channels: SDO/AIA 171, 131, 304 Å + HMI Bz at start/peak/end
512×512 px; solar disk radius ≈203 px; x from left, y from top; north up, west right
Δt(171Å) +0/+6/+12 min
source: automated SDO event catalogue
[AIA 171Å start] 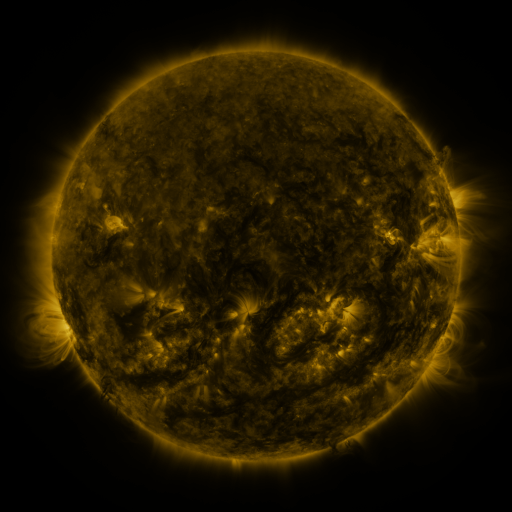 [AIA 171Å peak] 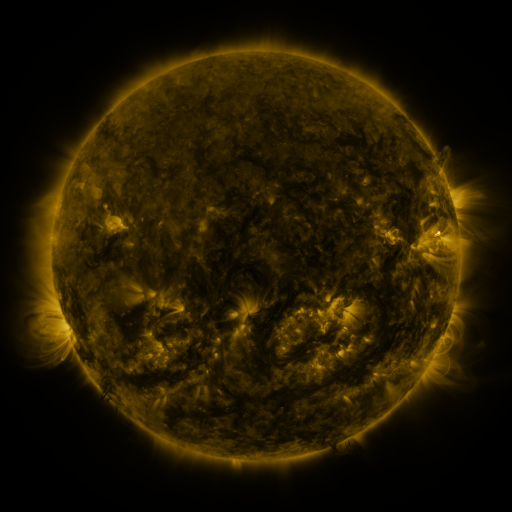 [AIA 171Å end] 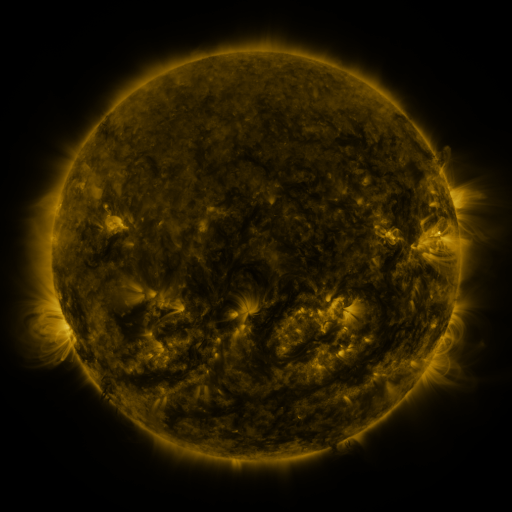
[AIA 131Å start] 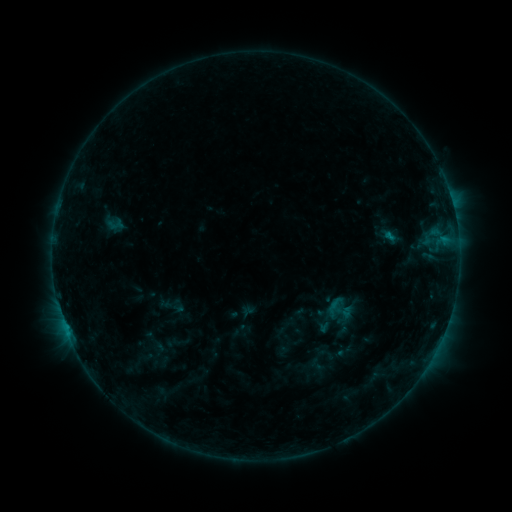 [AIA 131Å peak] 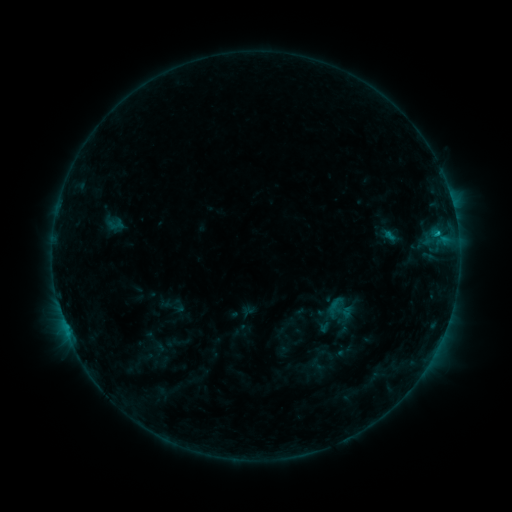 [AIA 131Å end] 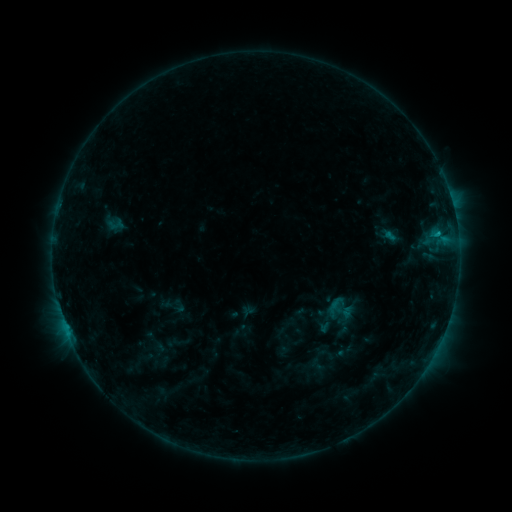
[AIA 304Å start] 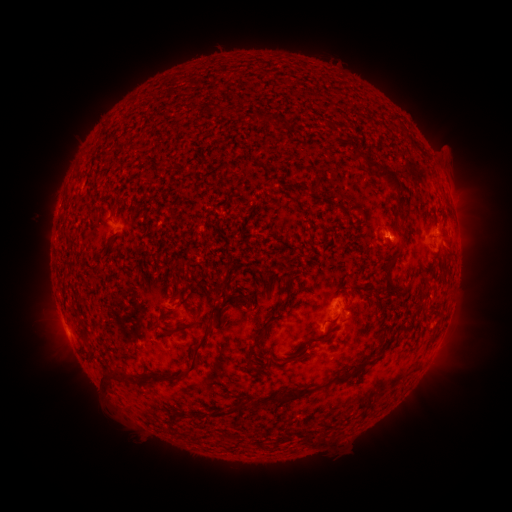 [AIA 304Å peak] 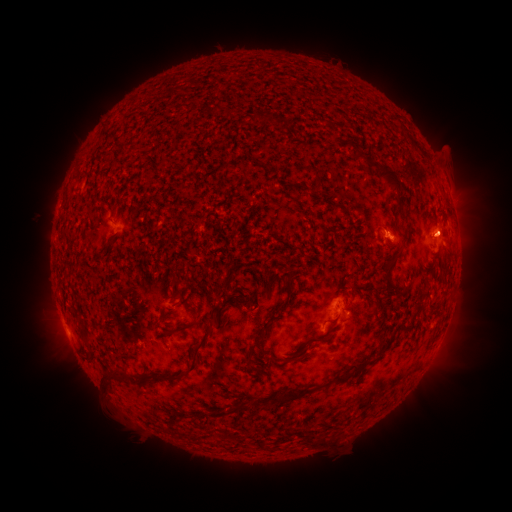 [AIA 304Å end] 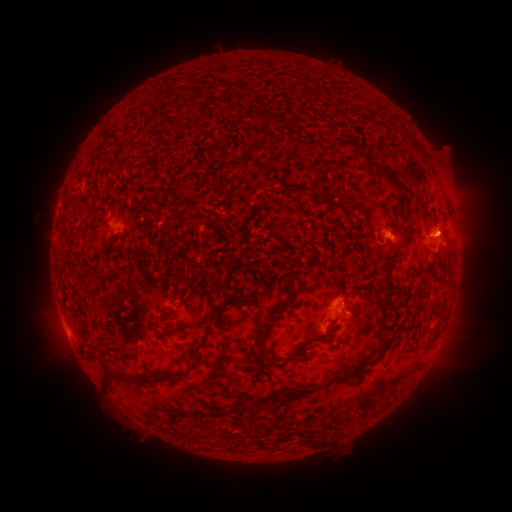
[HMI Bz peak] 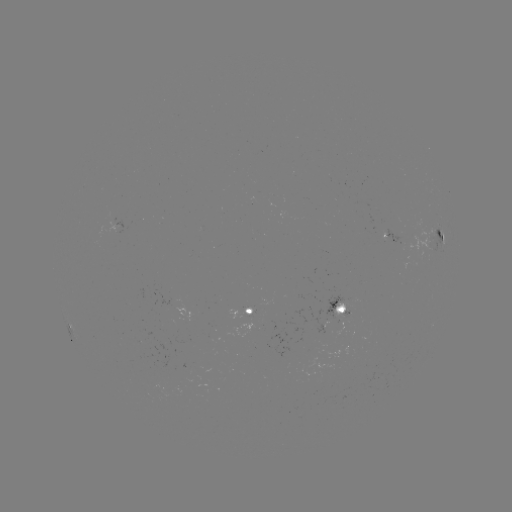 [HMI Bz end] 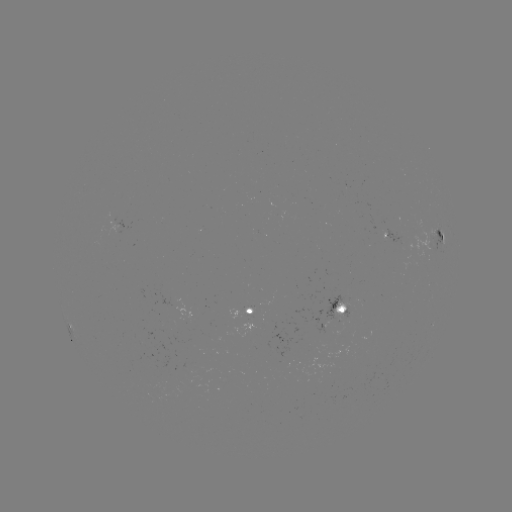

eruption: [411, 200, 500, 265]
